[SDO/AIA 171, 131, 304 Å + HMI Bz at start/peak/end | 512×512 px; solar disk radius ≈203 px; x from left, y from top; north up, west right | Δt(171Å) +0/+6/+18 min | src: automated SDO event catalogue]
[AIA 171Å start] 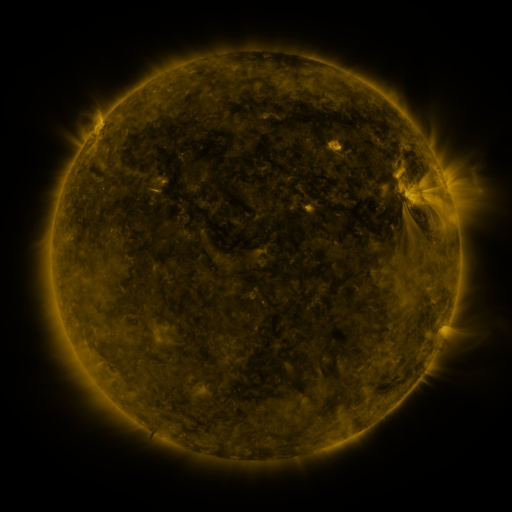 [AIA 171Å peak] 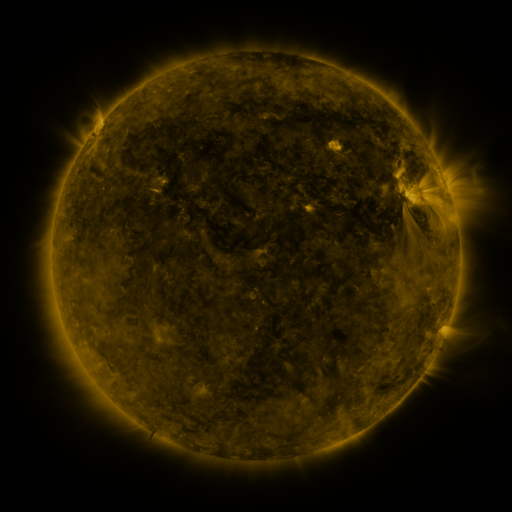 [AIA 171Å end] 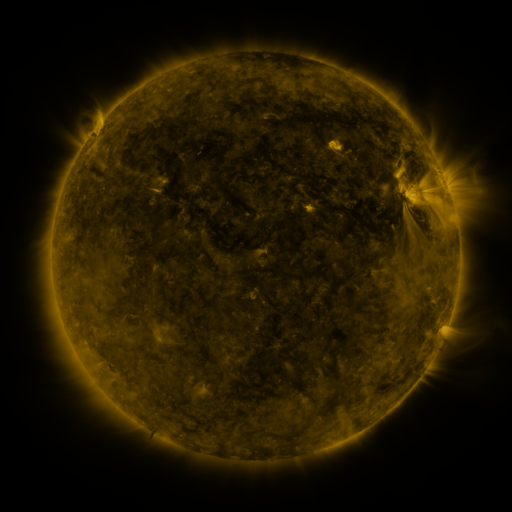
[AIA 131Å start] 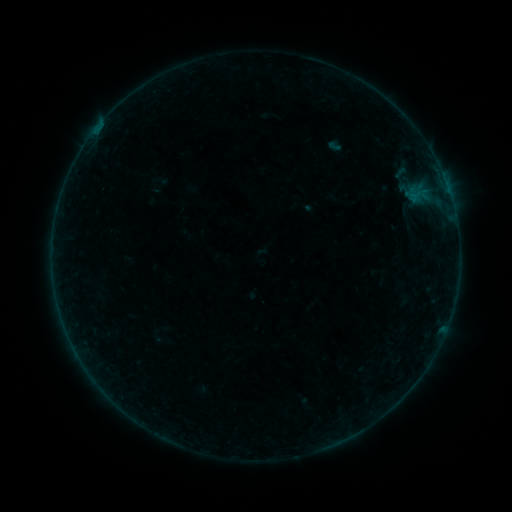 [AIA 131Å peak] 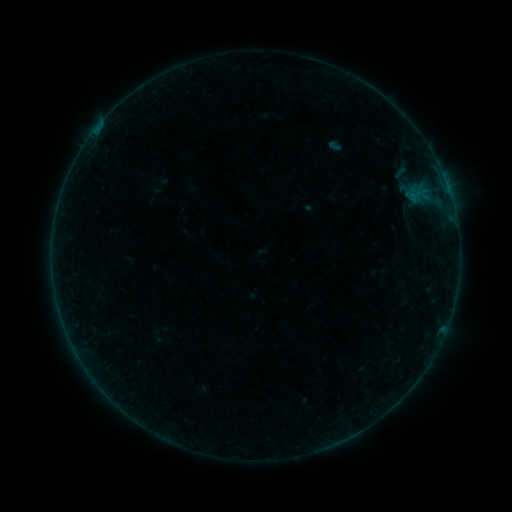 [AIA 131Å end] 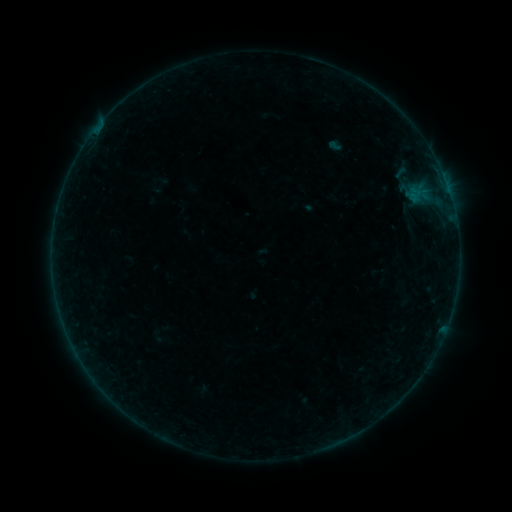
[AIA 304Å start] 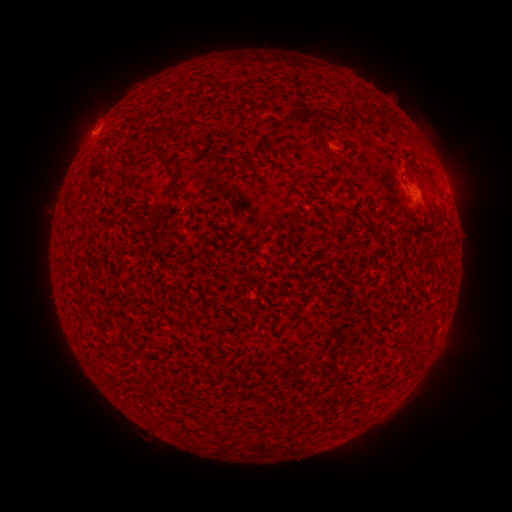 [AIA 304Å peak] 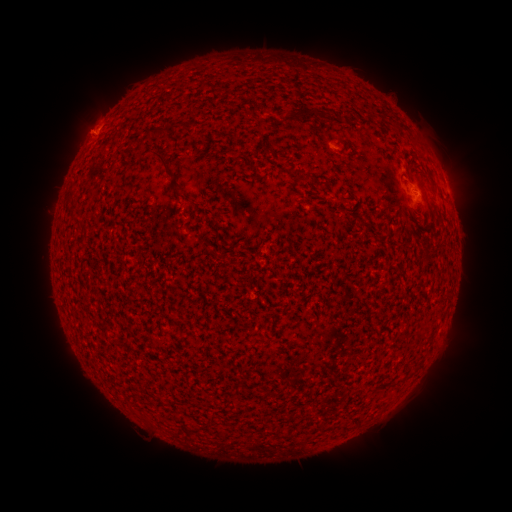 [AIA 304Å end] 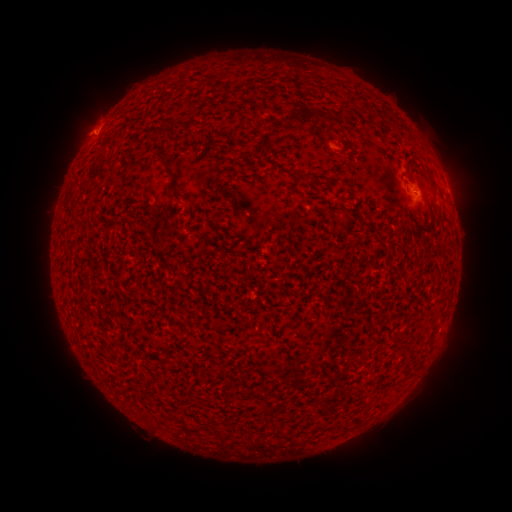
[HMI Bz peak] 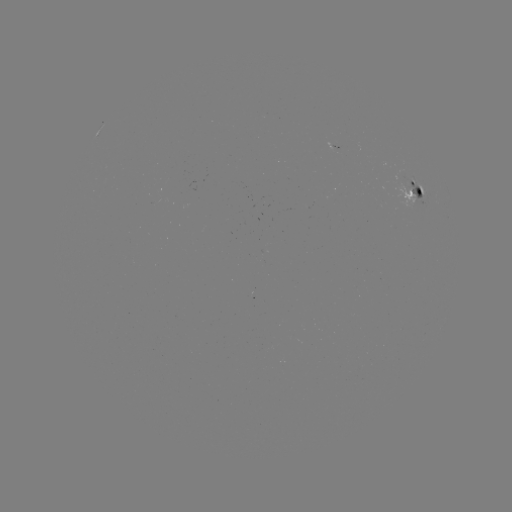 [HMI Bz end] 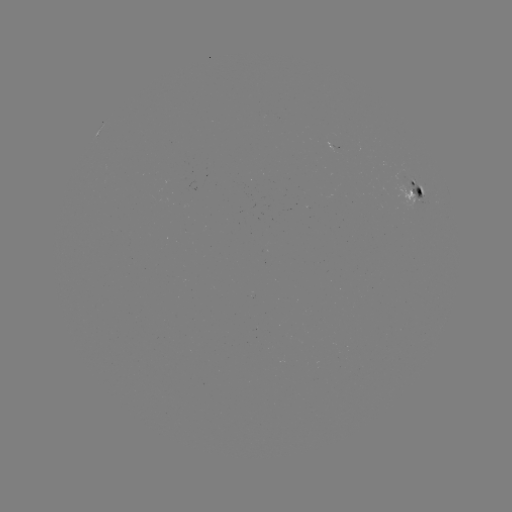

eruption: [57, 107, 103, 153]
